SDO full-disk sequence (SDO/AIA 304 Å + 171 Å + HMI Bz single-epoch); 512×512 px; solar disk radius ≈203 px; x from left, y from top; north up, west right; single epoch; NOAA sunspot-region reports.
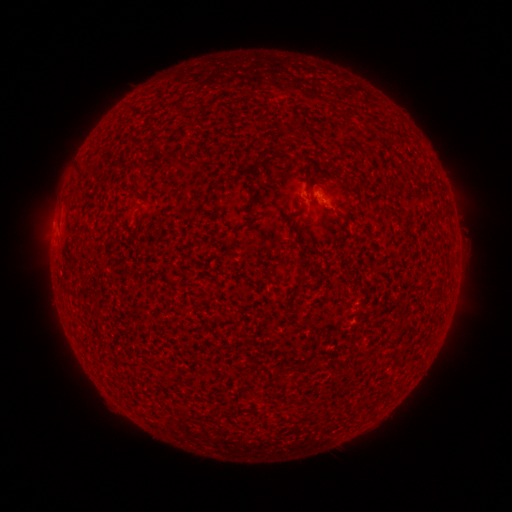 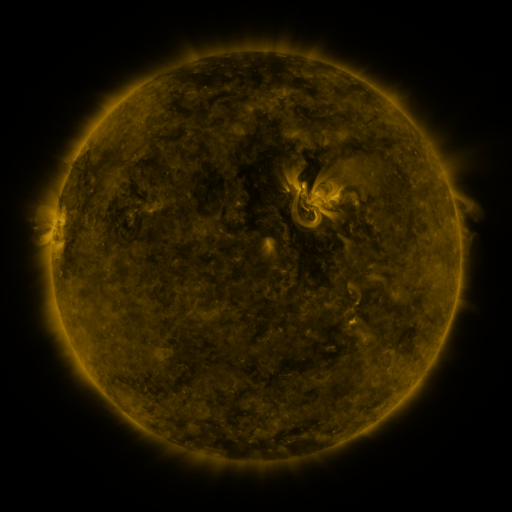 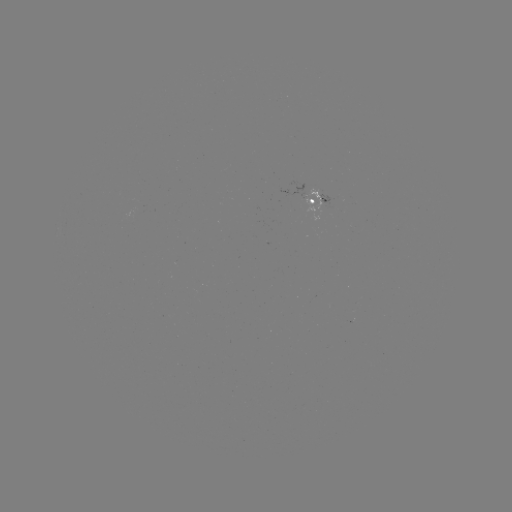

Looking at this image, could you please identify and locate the spotted active region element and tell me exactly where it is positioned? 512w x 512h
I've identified spotted active region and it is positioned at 319,201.